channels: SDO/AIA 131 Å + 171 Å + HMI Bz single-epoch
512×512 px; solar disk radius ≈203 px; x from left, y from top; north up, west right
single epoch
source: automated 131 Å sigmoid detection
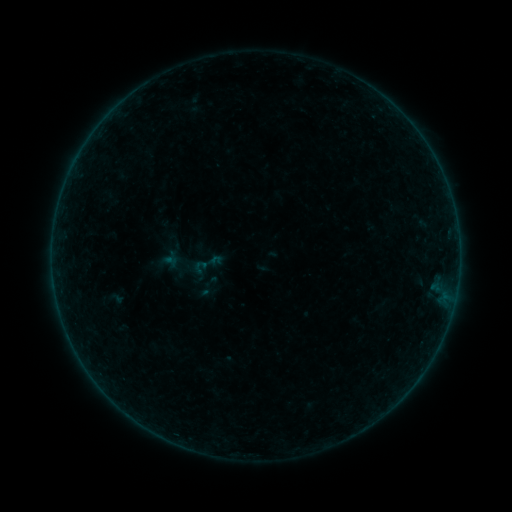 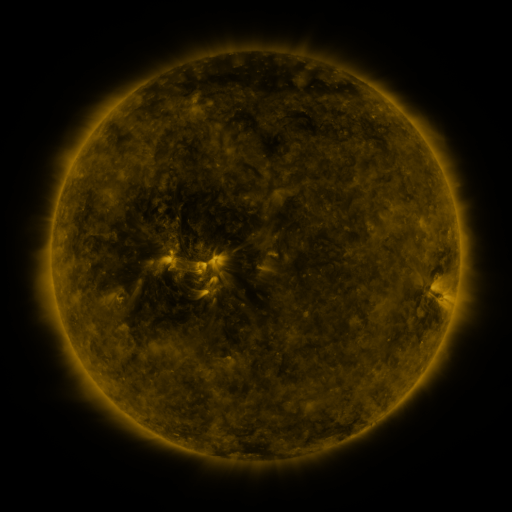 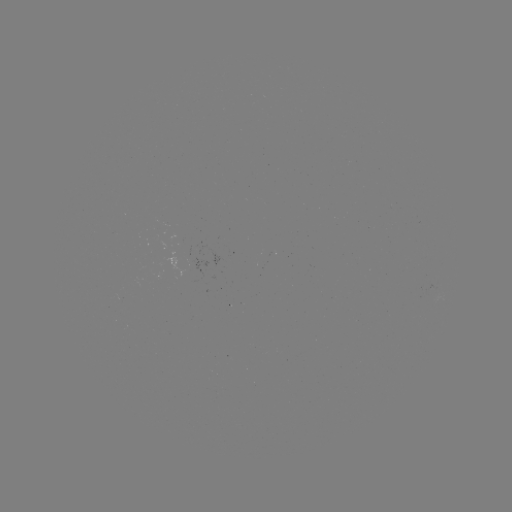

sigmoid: [190, 245, 225, 283]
